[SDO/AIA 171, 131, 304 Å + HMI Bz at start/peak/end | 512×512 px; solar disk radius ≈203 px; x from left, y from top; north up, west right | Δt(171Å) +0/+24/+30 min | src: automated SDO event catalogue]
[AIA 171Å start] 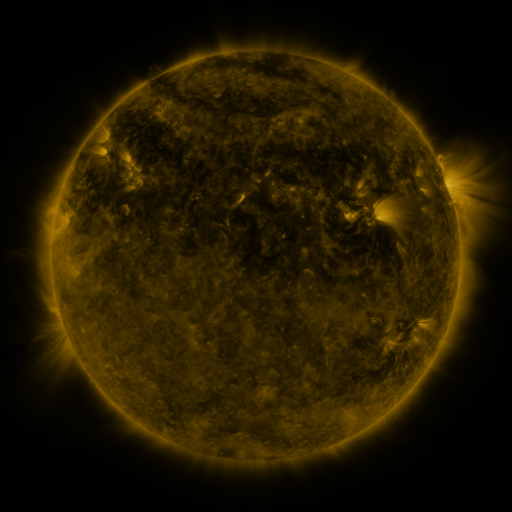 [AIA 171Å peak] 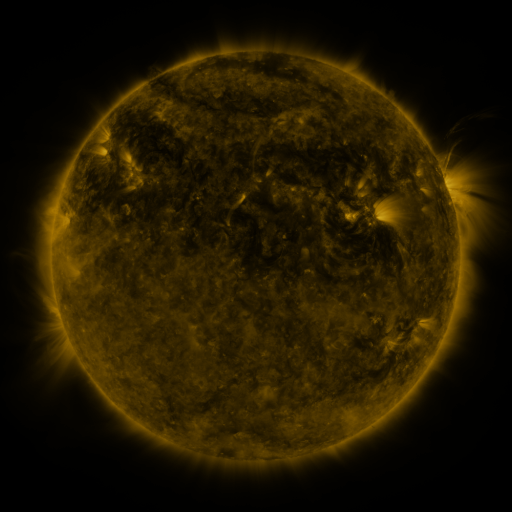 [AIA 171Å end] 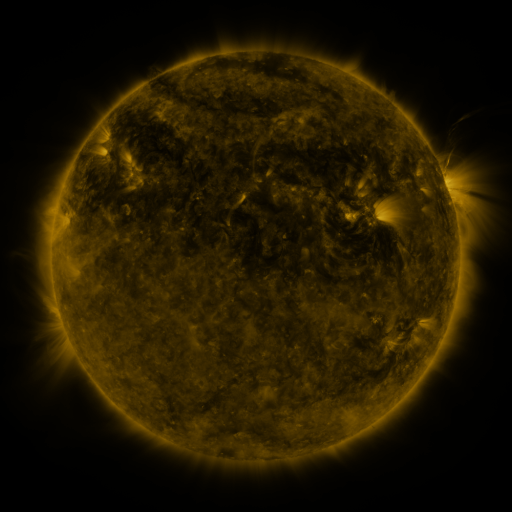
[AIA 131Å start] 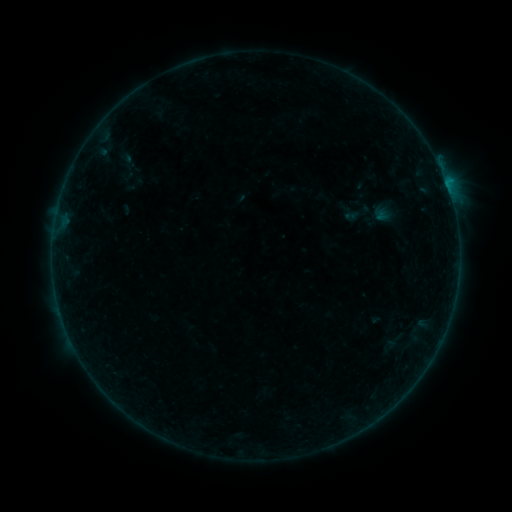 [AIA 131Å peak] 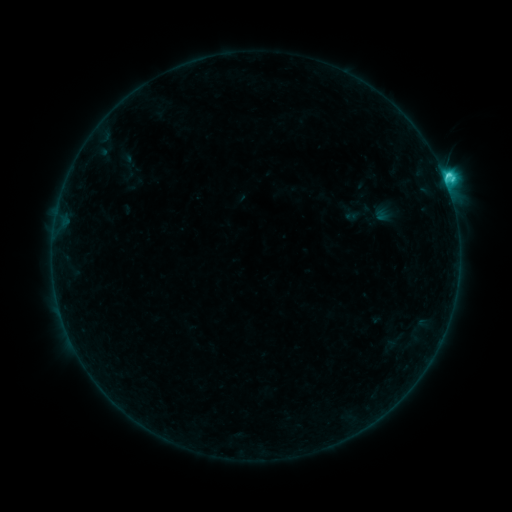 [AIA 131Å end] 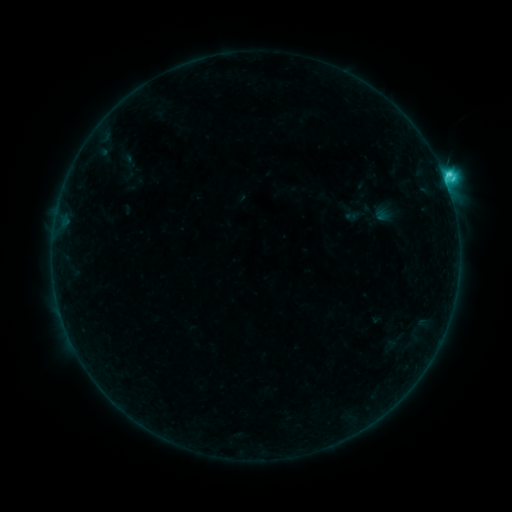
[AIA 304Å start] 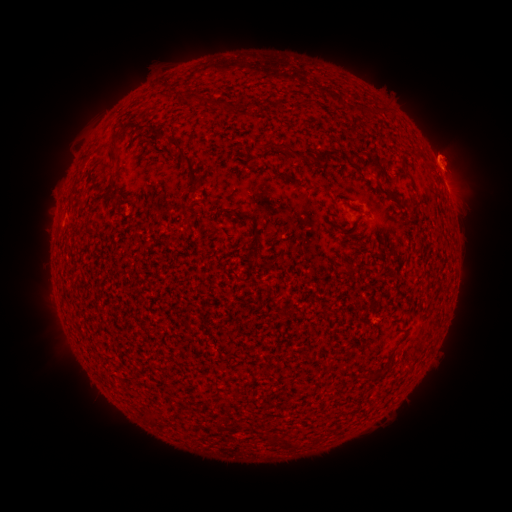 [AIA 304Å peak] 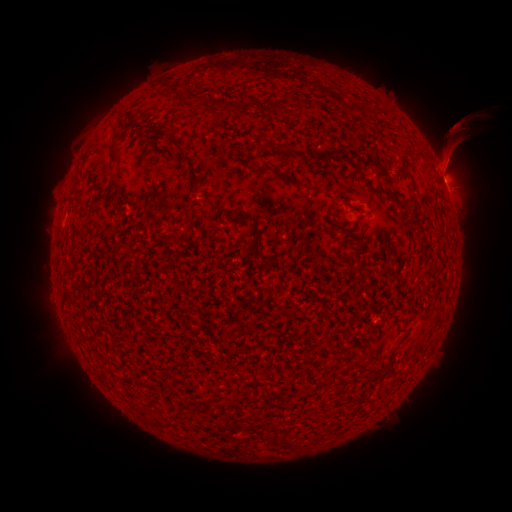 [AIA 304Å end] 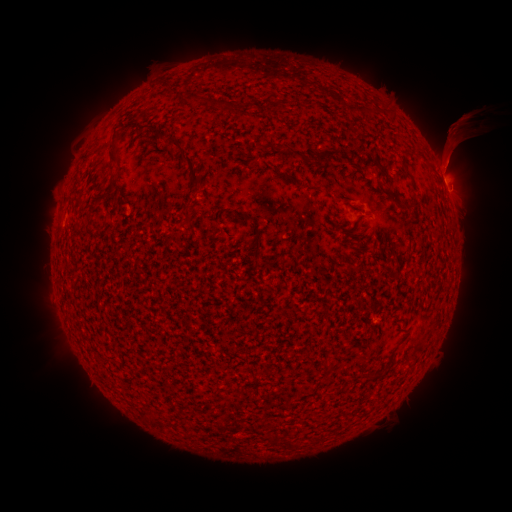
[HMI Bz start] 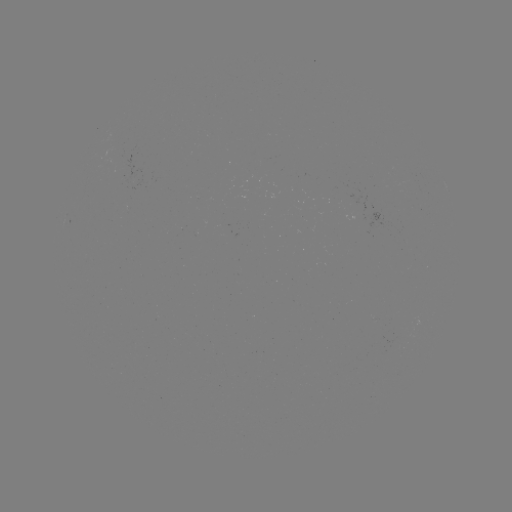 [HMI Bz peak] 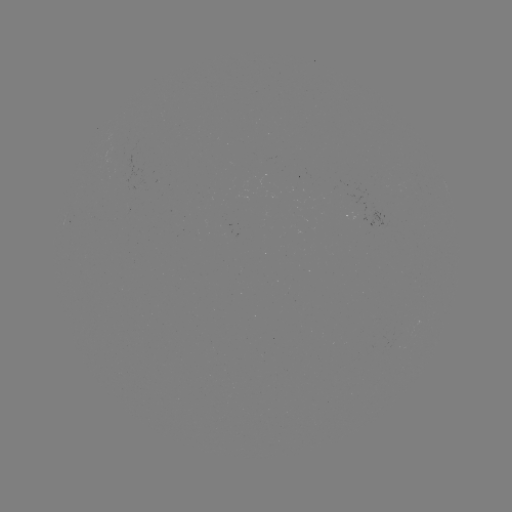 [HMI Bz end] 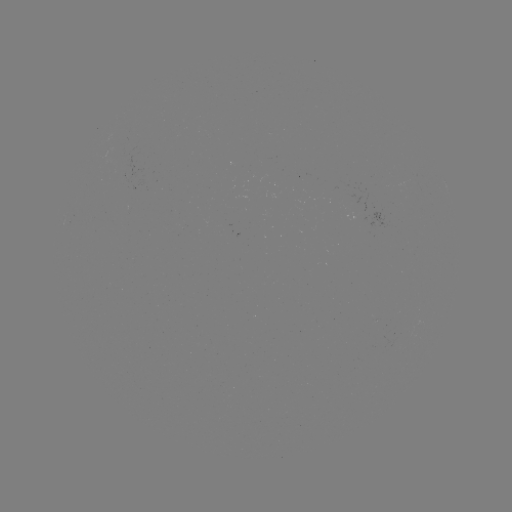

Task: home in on C3.3 flare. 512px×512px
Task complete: (445, 184).